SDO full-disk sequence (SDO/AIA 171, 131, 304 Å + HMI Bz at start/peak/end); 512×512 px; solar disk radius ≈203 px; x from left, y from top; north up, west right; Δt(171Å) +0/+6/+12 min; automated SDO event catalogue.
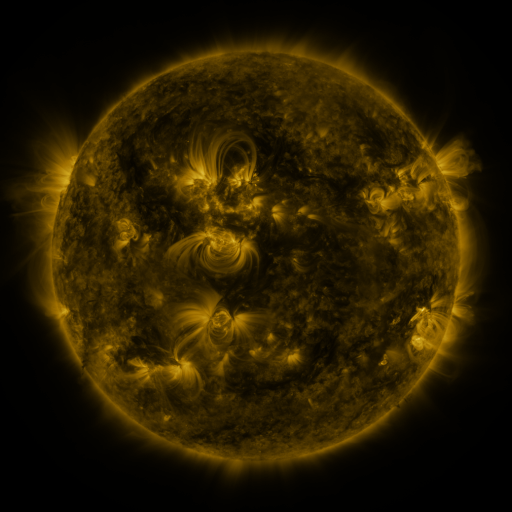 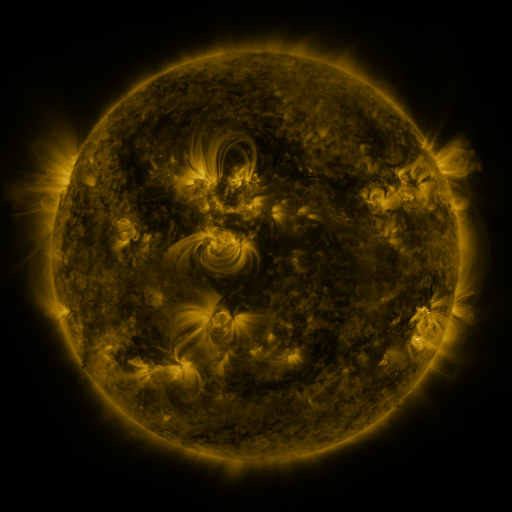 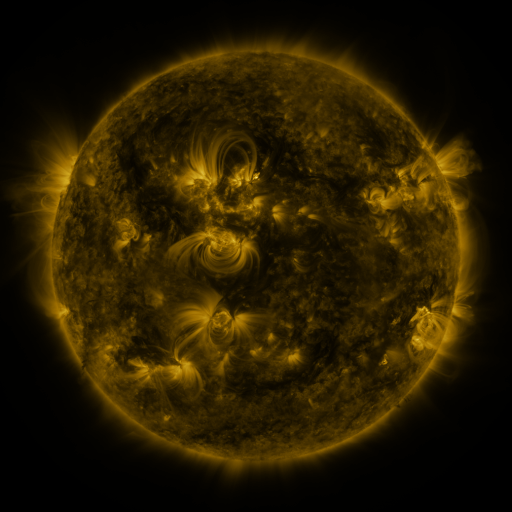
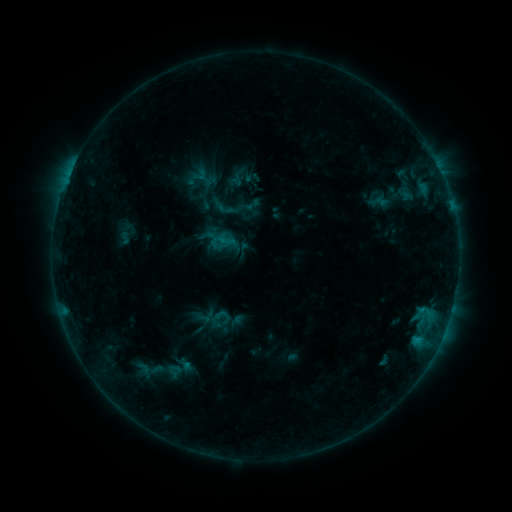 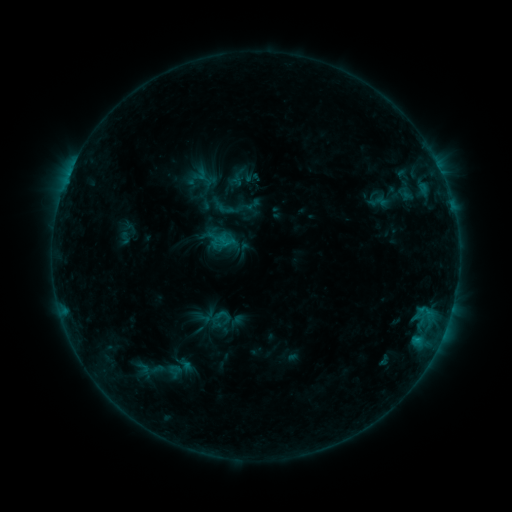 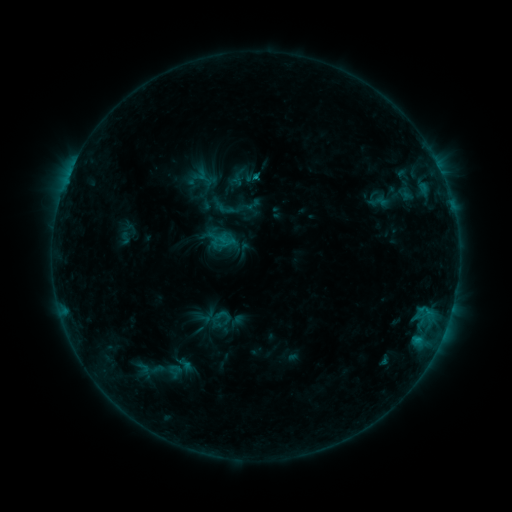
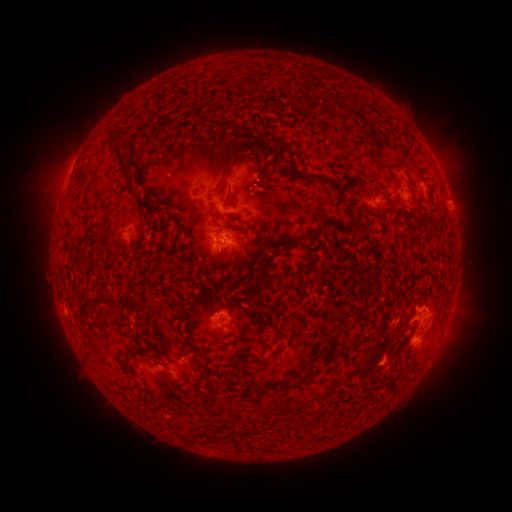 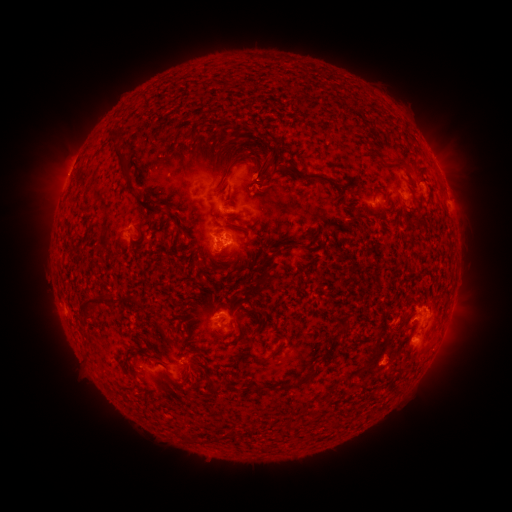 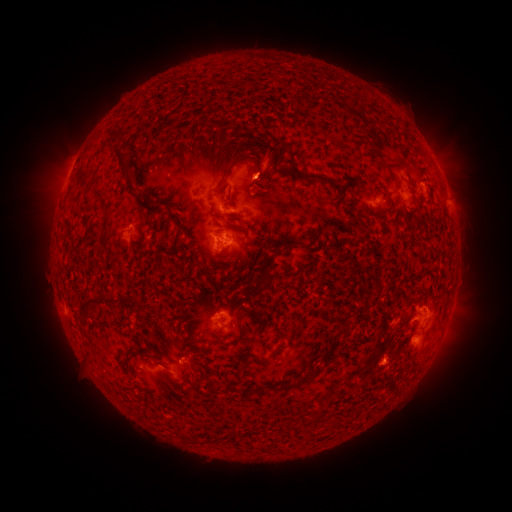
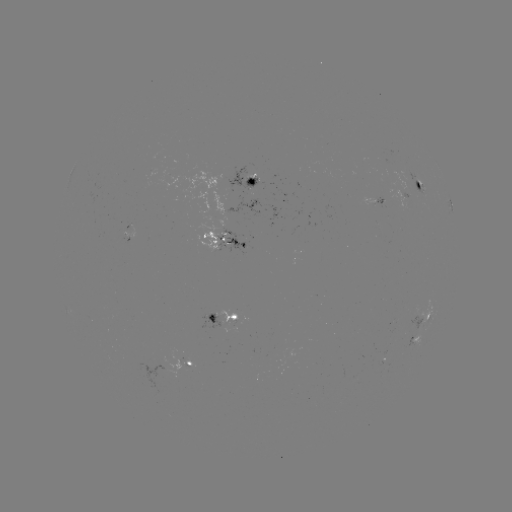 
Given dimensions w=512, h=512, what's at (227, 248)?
C1.6 flare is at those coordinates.